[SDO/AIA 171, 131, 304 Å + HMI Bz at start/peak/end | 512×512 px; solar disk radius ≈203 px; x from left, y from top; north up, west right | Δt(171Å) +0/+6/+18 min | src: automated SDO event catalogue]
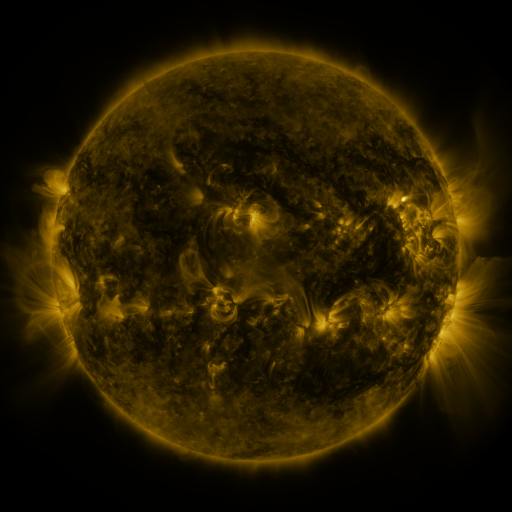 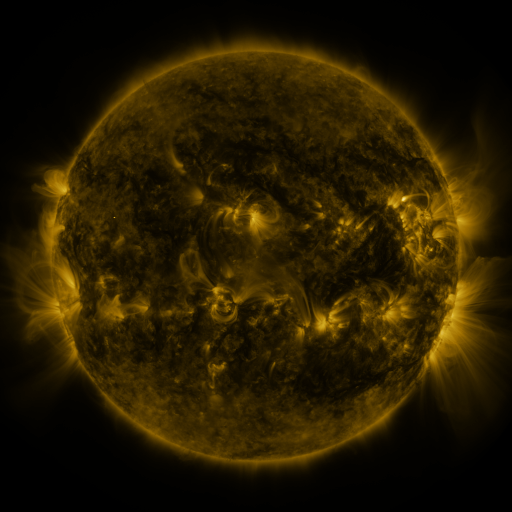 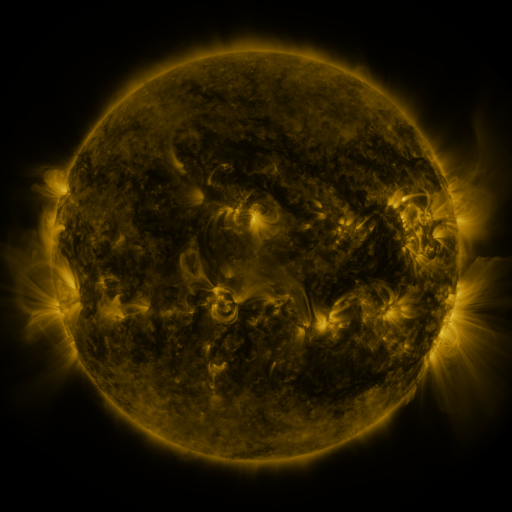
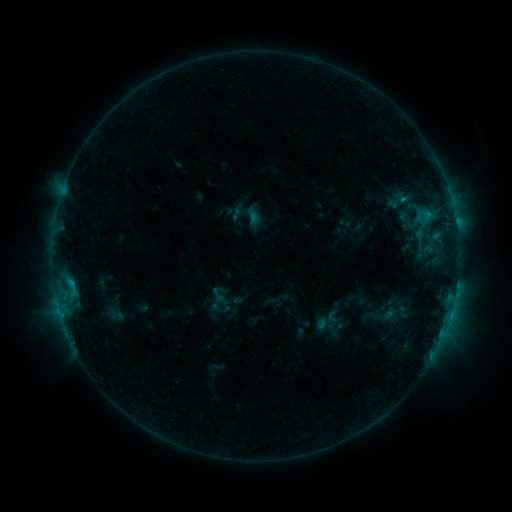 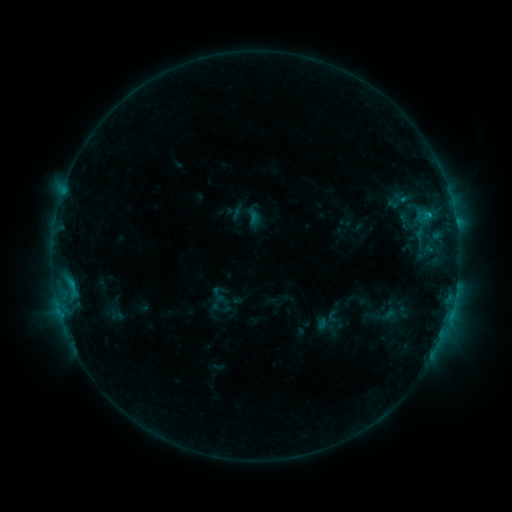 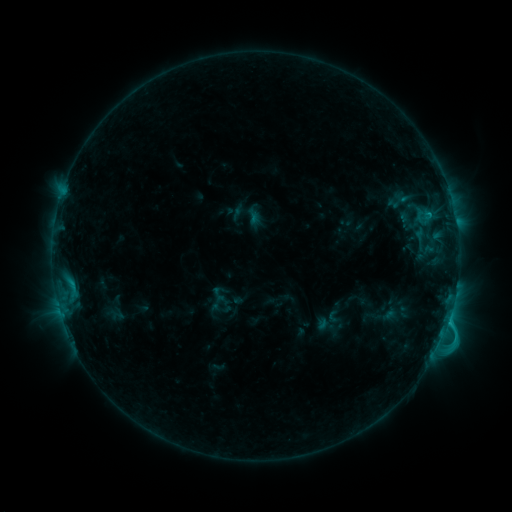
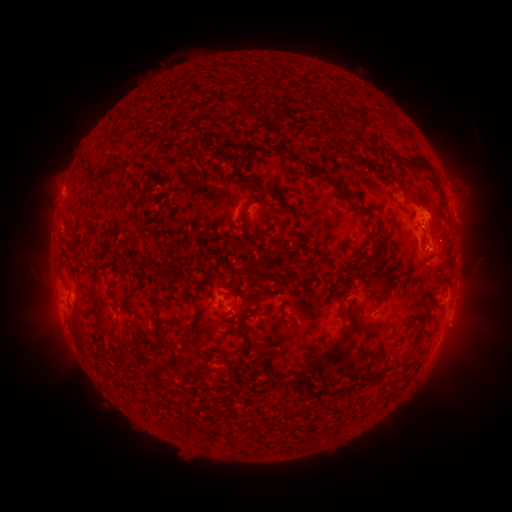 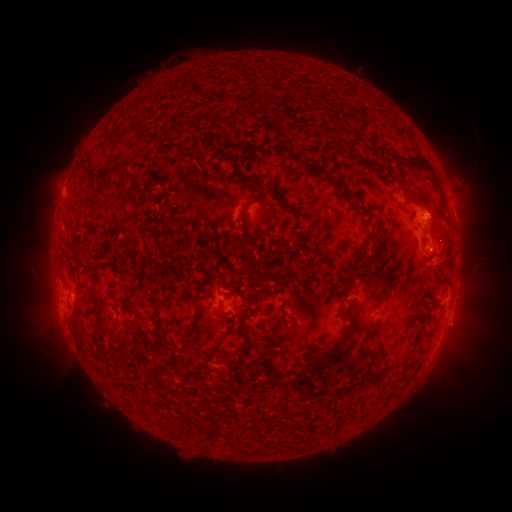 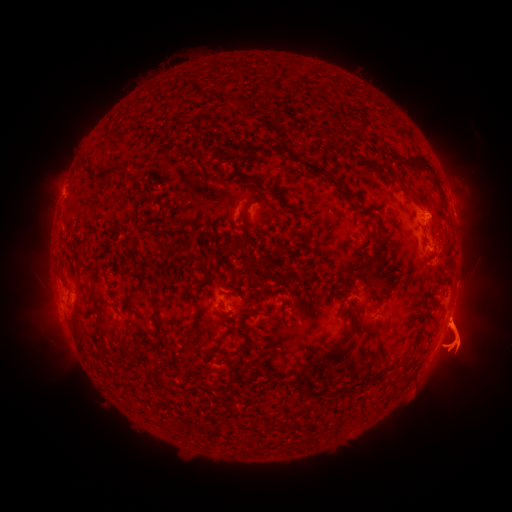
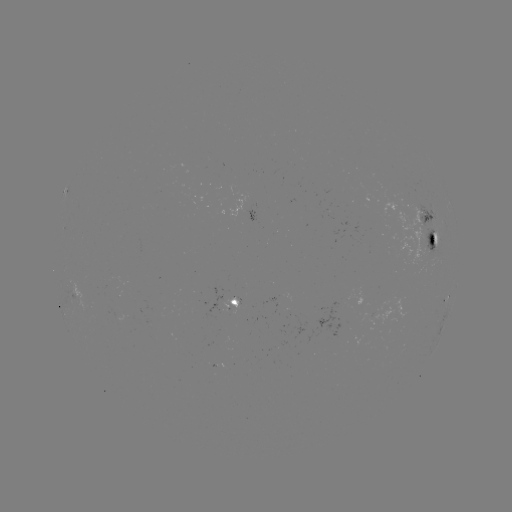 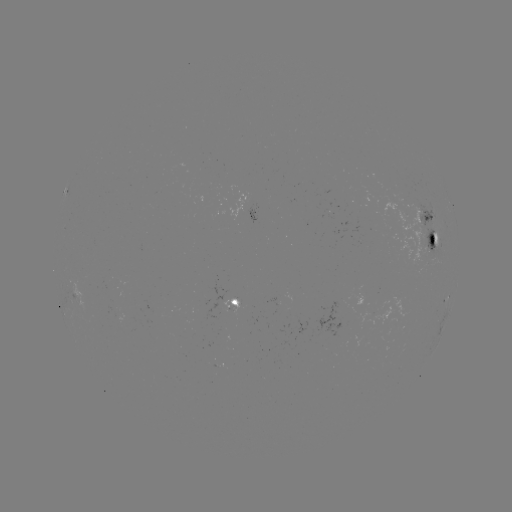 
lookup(C2.7 flare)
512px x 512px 449,318